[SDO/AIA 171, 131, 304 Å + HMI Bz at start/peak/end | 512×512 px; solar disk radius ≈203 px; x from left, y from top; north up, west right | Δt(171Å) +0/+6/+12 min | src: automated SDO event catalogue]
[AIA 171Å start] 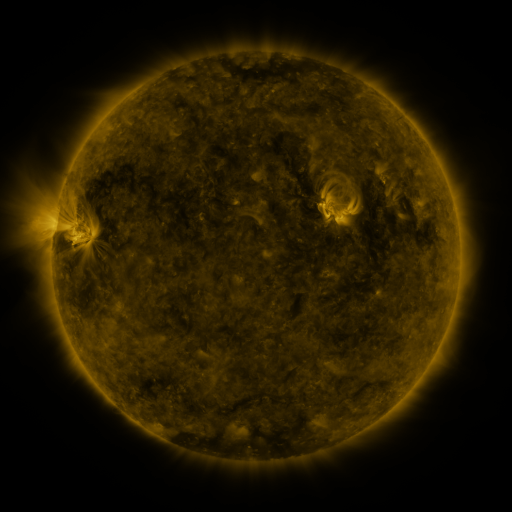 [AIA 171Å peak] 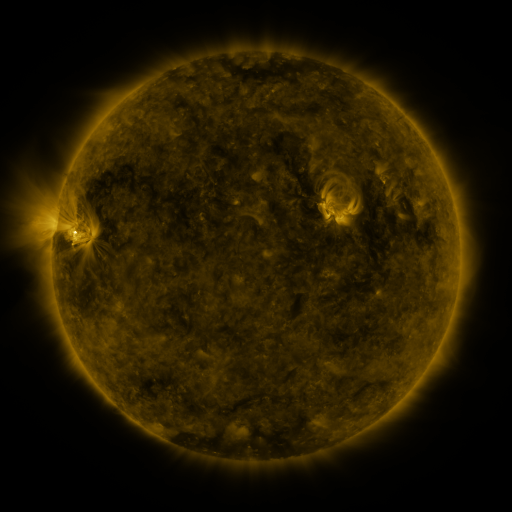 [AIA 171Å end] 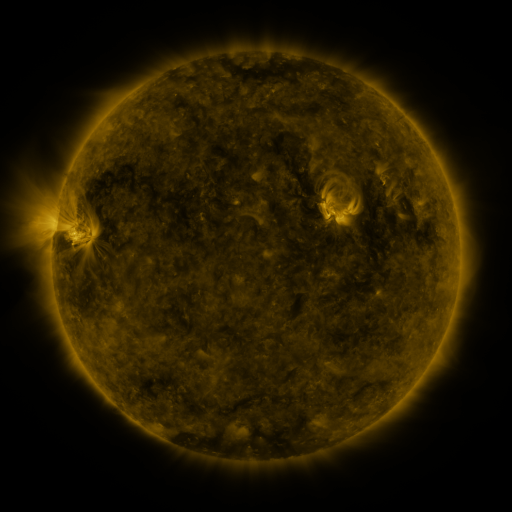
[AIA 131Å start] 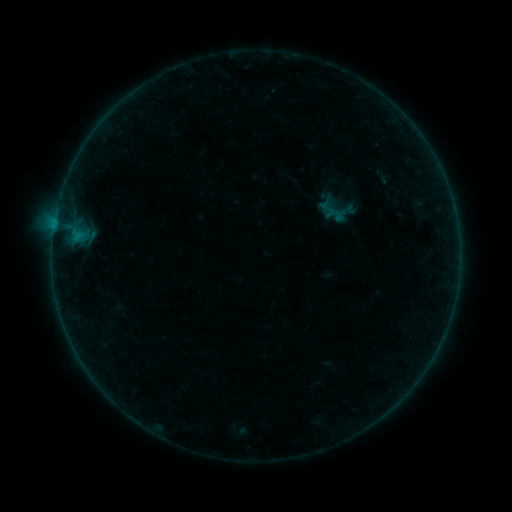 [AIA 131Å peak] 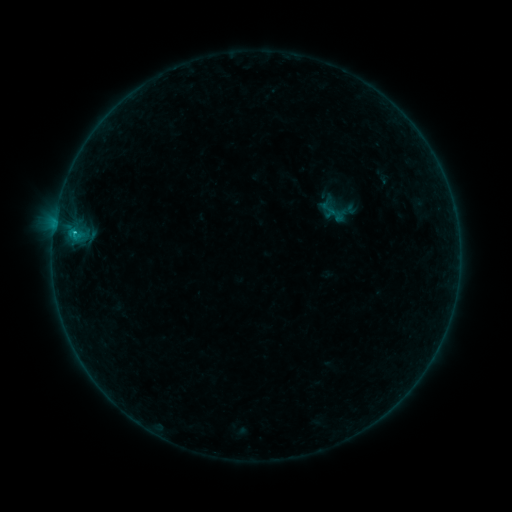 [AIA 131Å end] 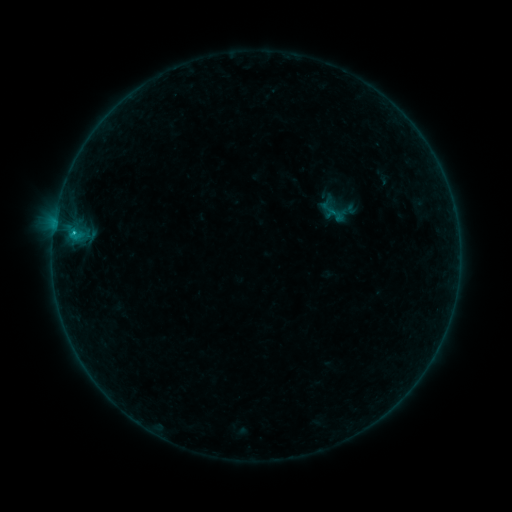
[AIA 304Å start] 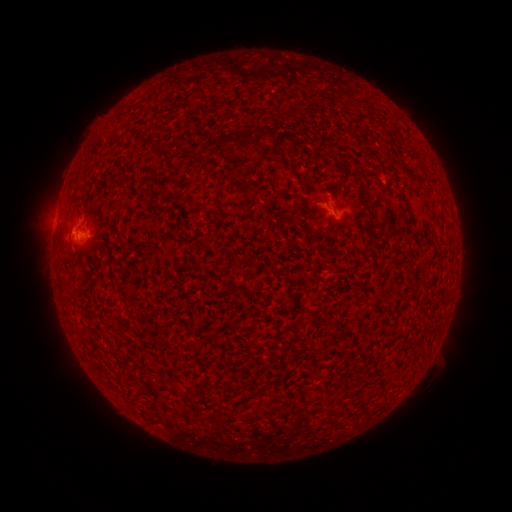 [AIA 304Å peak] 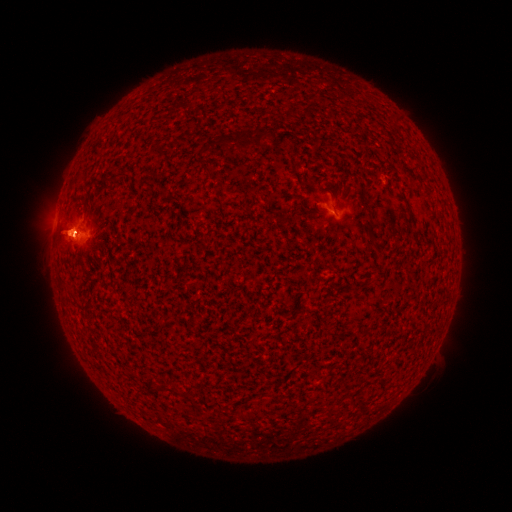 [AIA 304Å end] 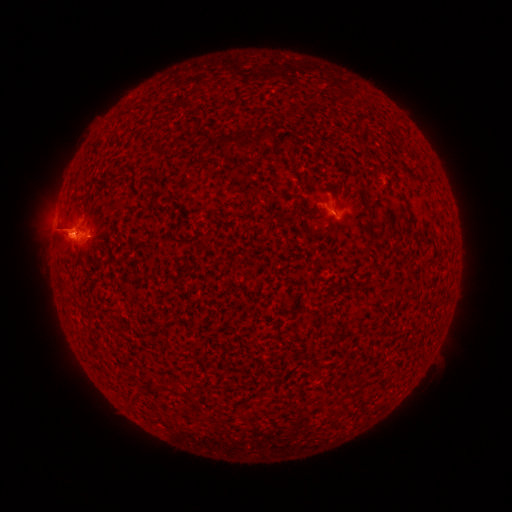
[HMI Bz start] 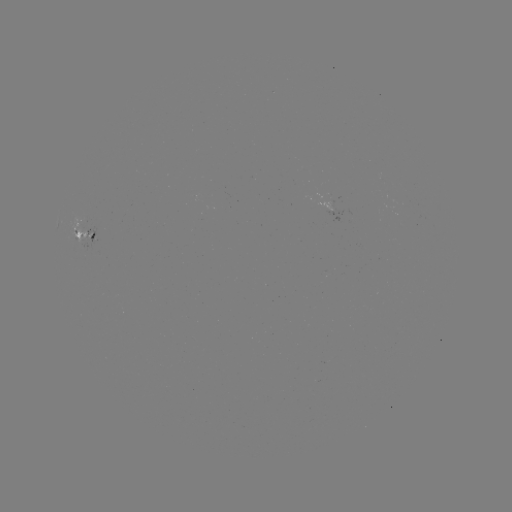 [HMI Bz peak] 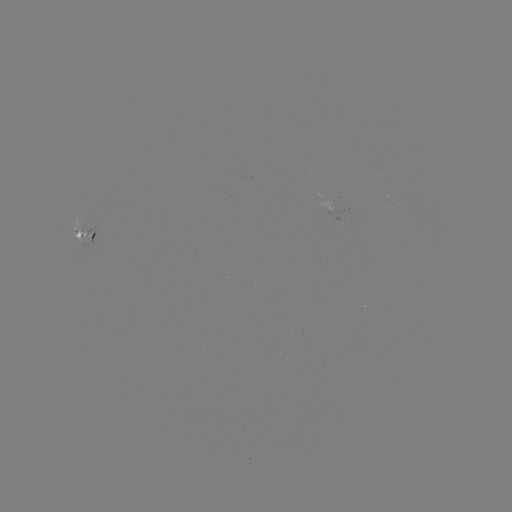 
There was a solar flare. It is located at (75, 234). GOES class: B6.9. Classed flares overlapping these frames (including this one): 1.